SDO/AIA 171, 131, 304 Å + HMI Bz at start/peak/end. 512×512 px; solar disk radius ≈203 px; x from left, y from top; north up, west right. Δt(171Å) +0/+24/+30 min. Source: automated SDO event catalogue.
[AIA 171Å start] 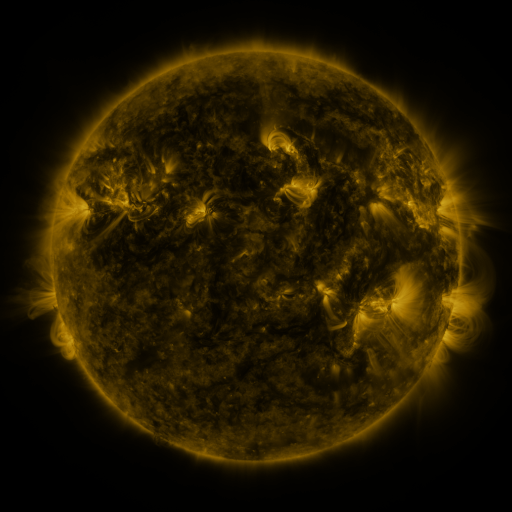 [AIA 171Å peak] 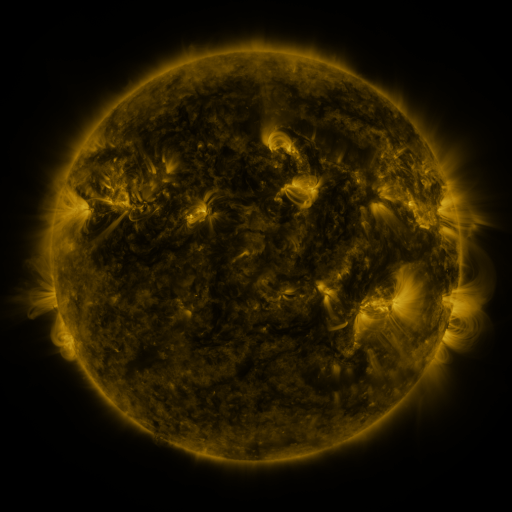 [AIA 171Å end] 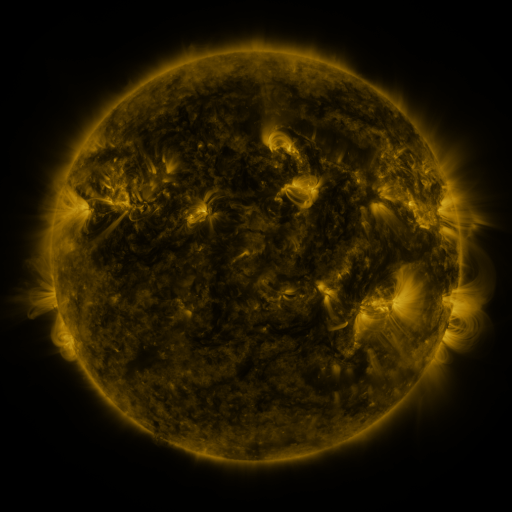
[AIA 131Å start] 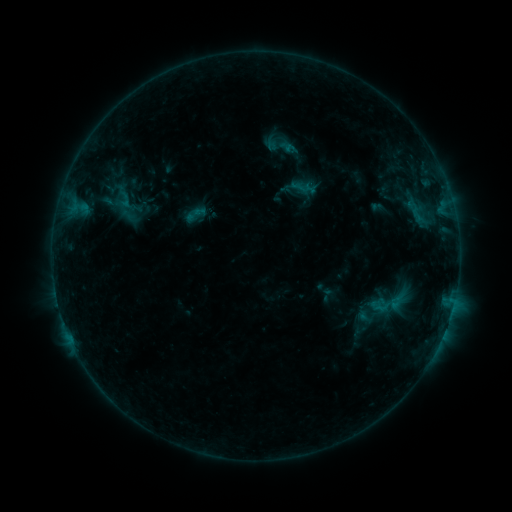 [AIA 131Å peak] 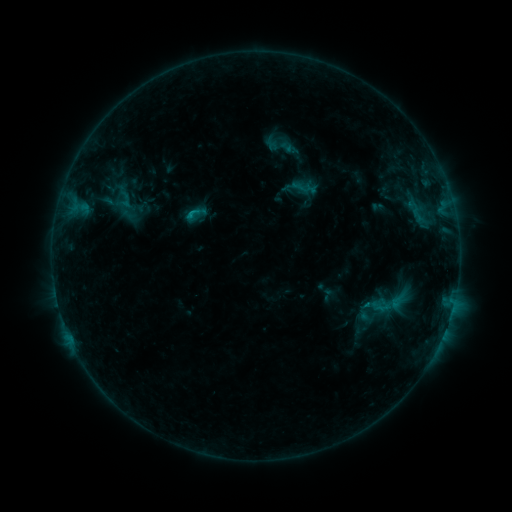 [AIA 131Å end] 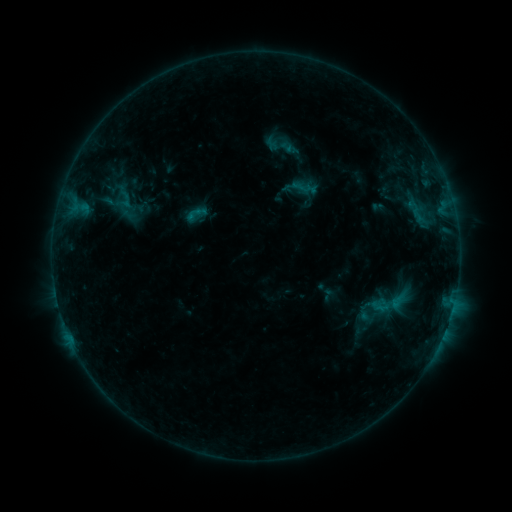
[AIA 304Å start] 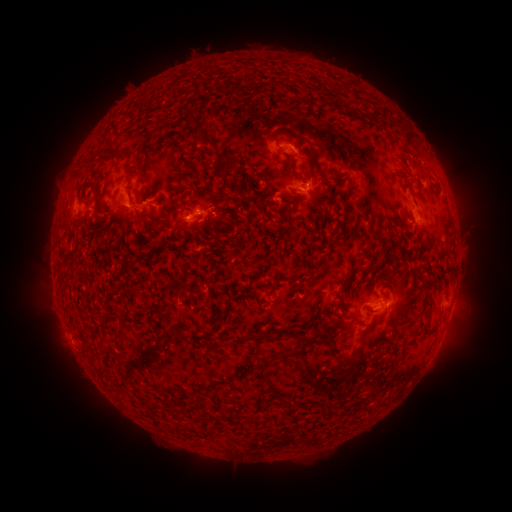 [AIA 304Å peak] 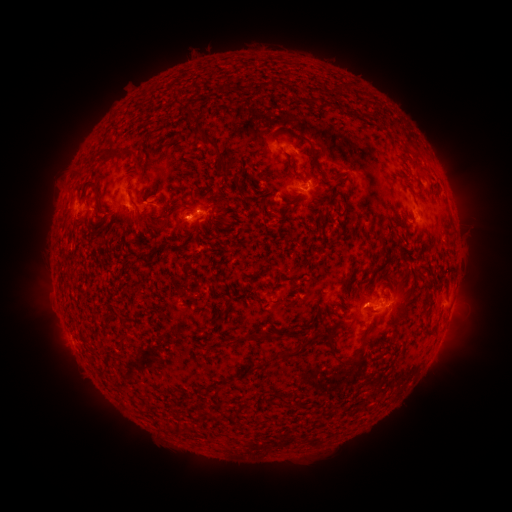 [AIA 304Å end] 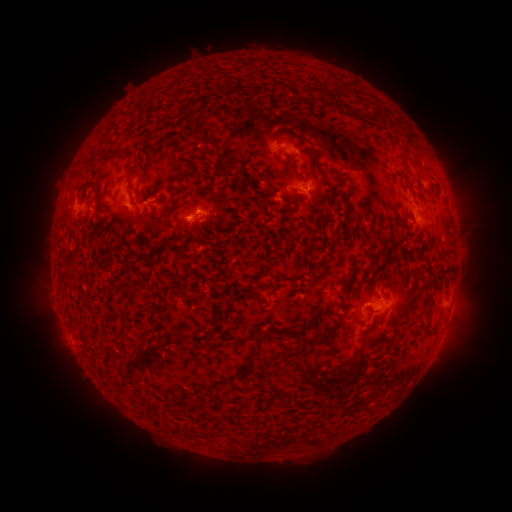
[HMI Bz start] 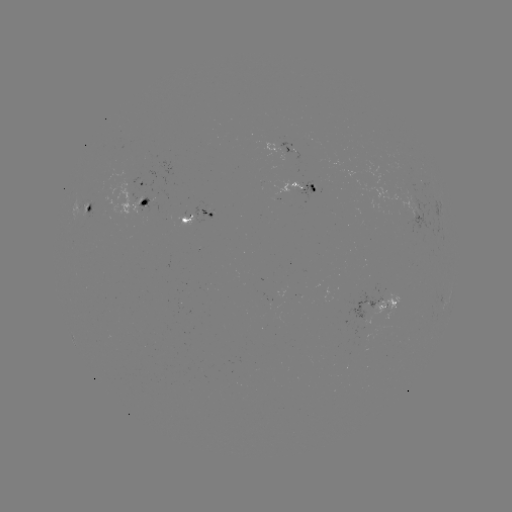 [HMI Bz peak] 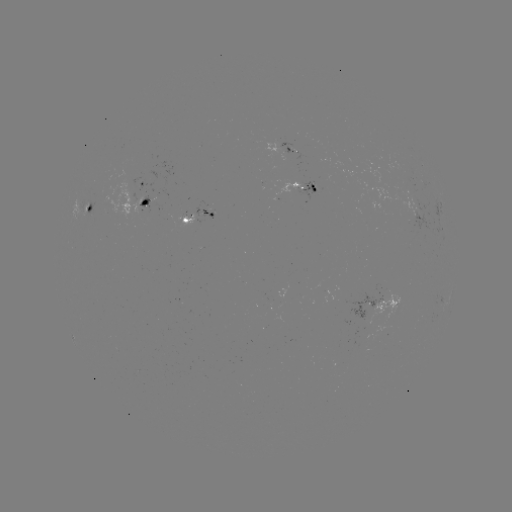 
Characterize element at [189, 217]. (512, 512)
C1.1 flare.